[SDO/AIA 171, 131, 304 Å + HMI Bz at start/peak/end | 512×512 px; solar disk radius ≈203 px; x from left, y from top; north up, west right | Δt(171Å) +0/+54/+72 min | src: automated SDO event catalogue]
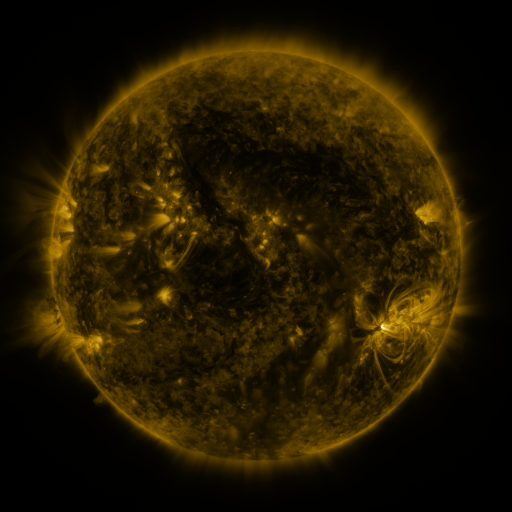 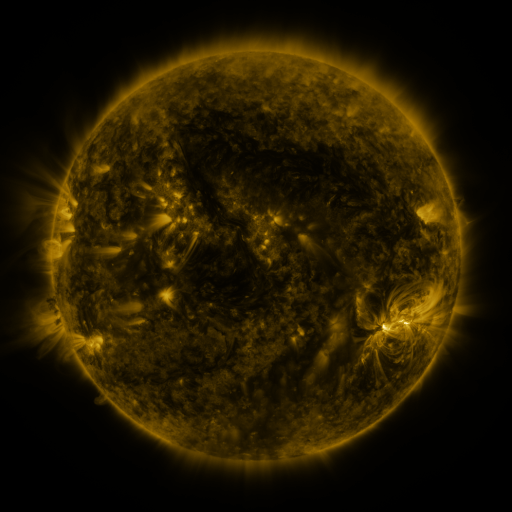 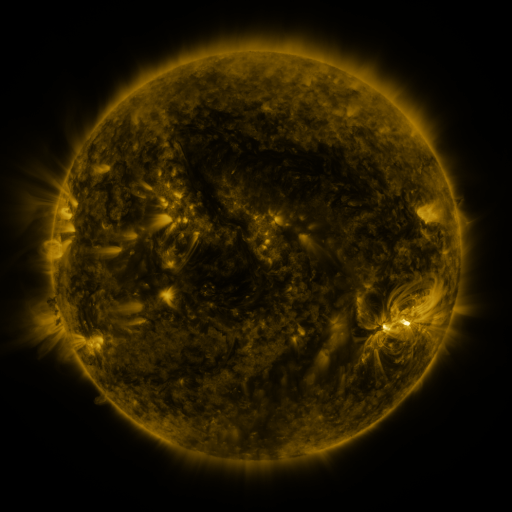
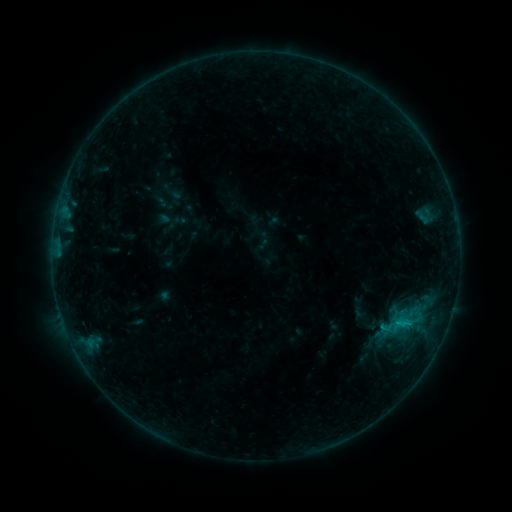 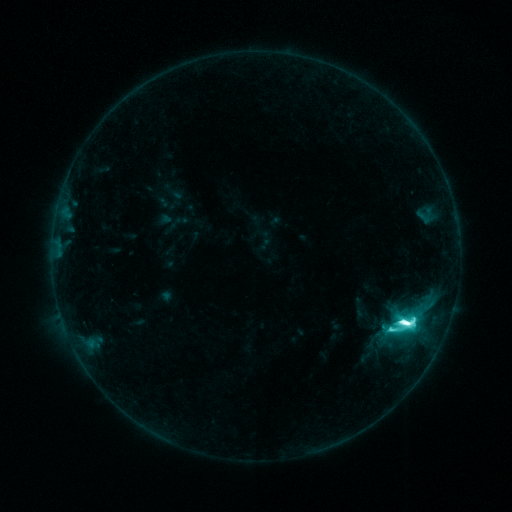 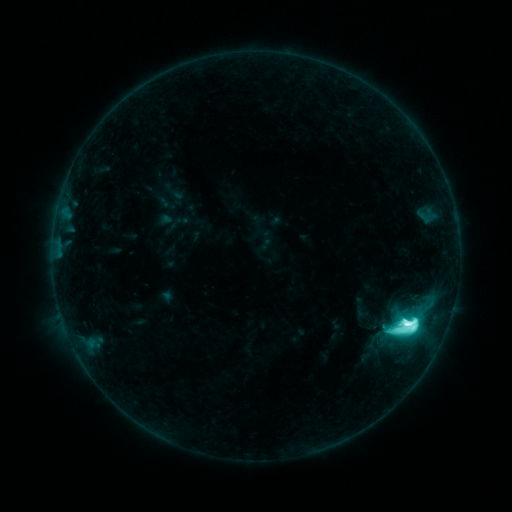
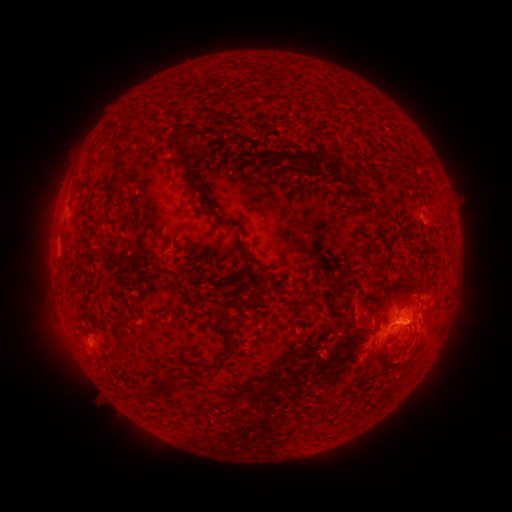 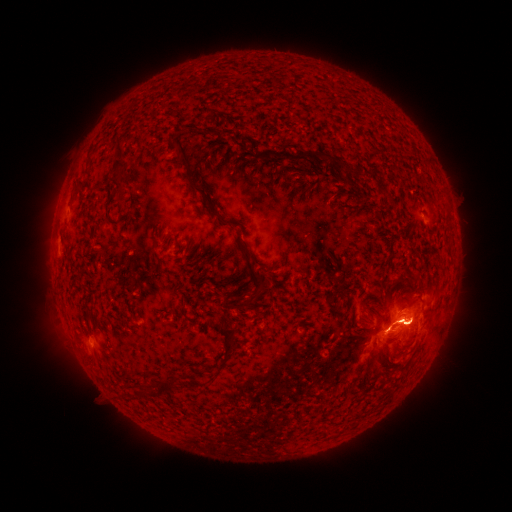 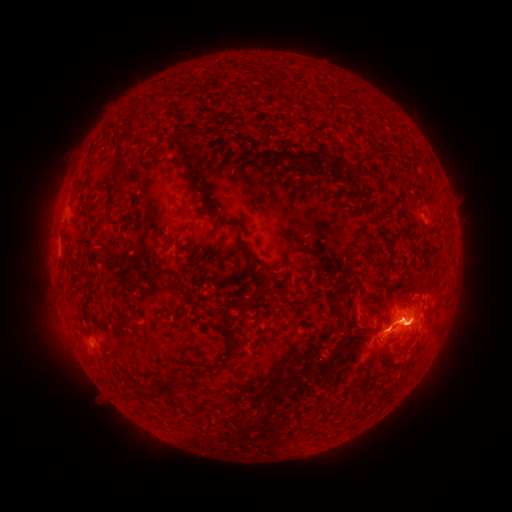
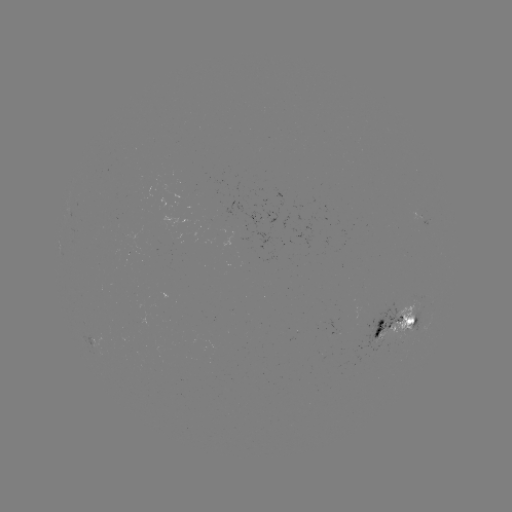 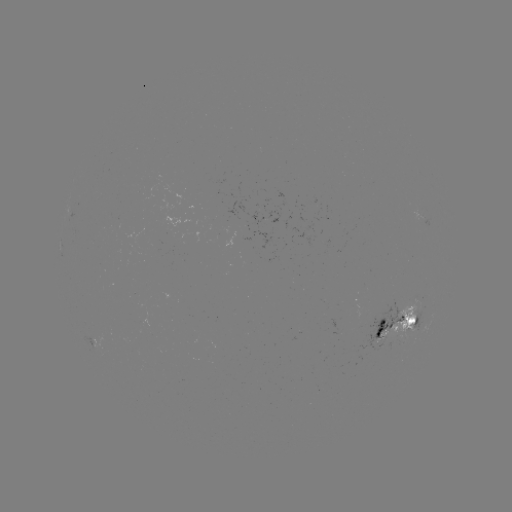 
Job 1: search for M2.9 flare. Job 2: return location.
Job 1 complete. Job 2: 405,320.